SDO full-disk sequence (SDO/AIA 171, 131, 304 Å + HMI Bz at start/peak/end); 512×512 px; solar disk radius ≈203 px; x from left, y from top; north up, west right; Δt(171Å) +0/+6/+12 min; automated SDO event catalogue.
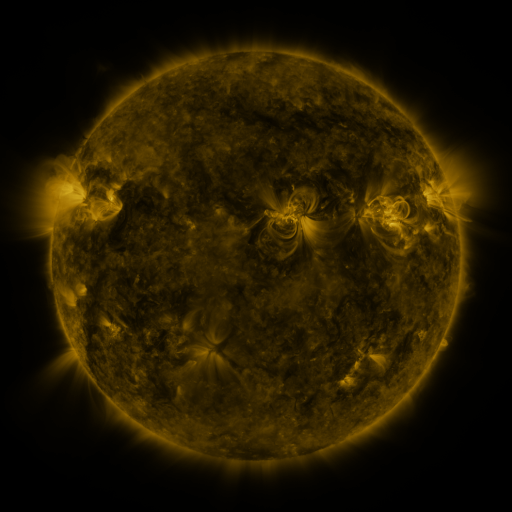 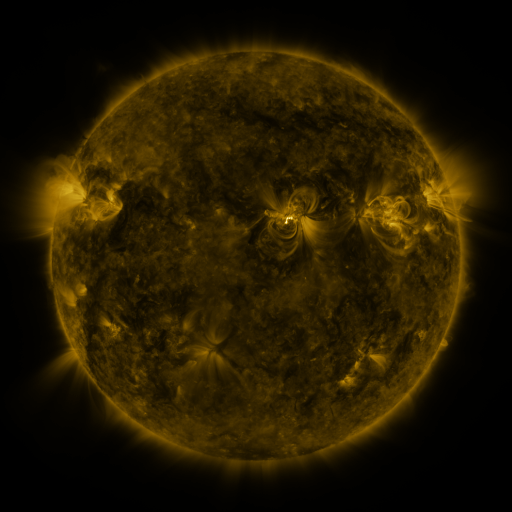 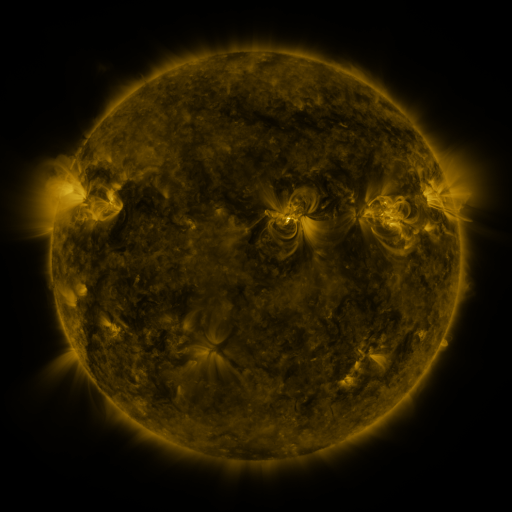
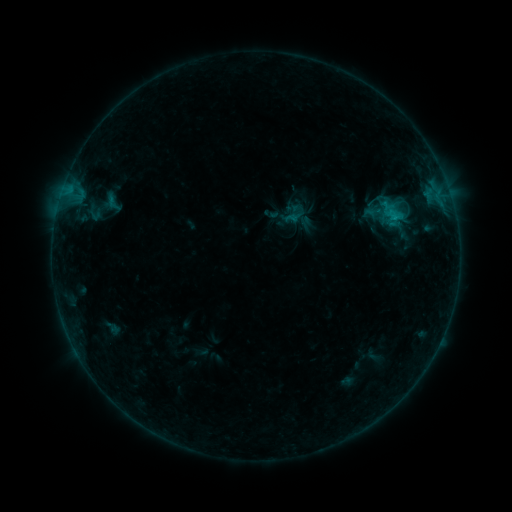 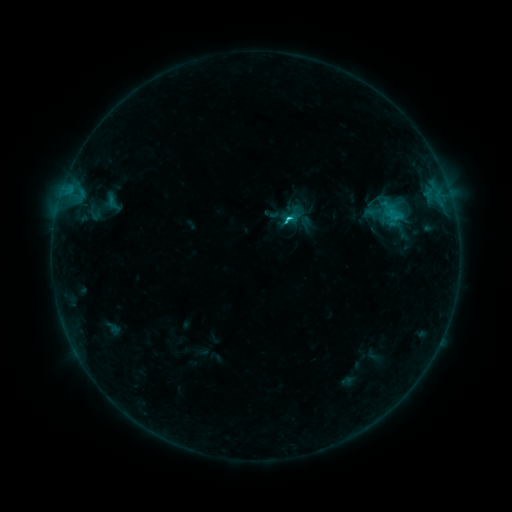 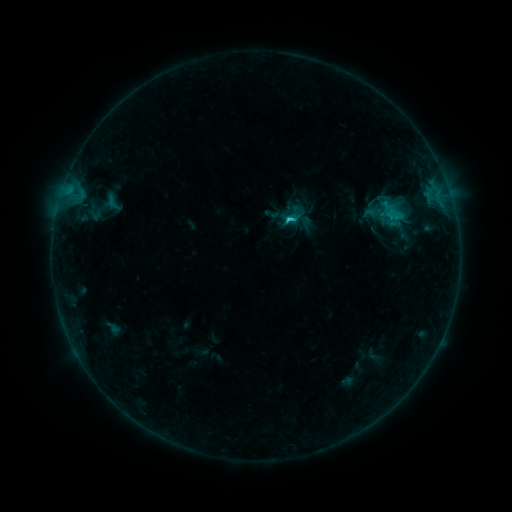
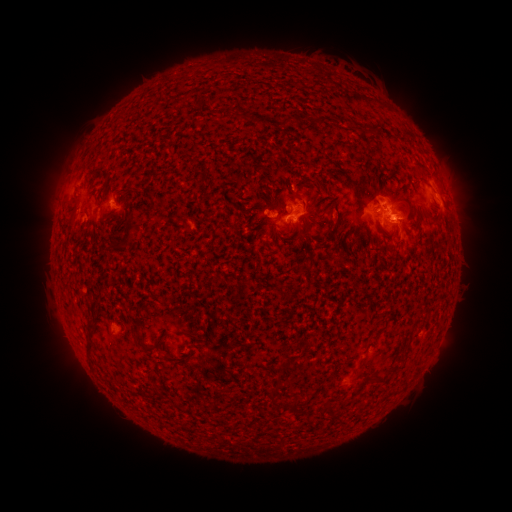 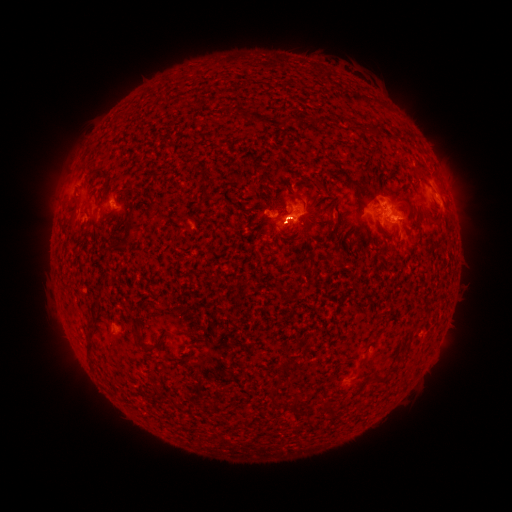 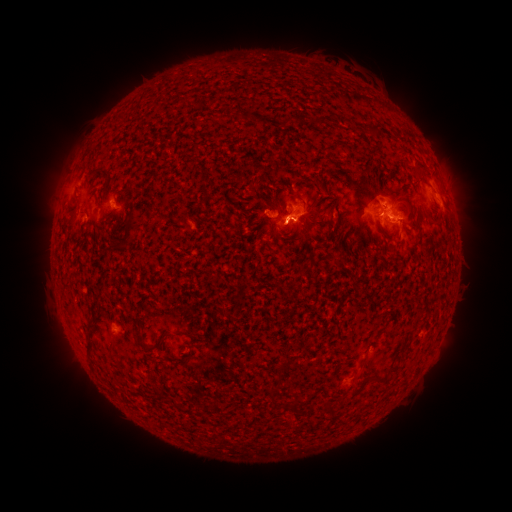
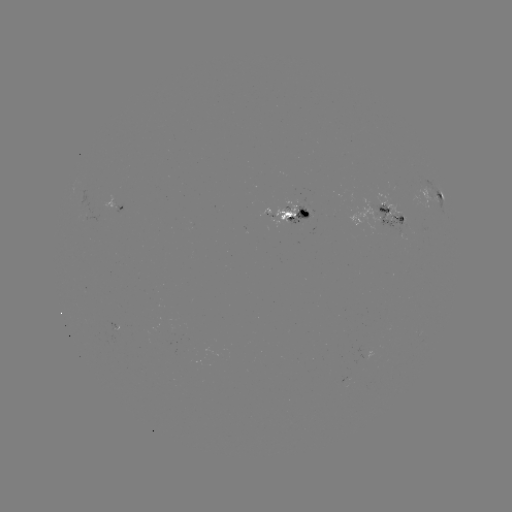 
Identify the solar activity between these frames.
C2.1 flare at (286, 220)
